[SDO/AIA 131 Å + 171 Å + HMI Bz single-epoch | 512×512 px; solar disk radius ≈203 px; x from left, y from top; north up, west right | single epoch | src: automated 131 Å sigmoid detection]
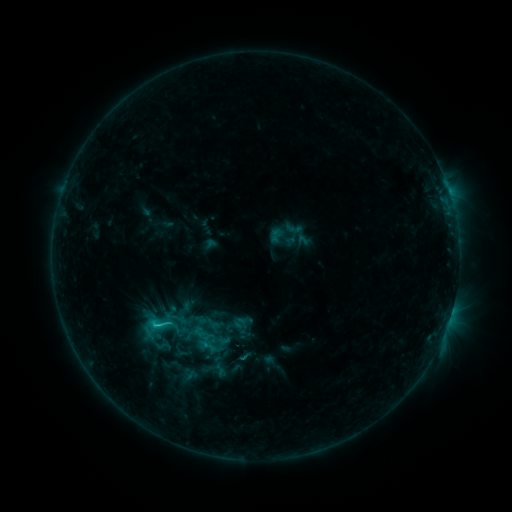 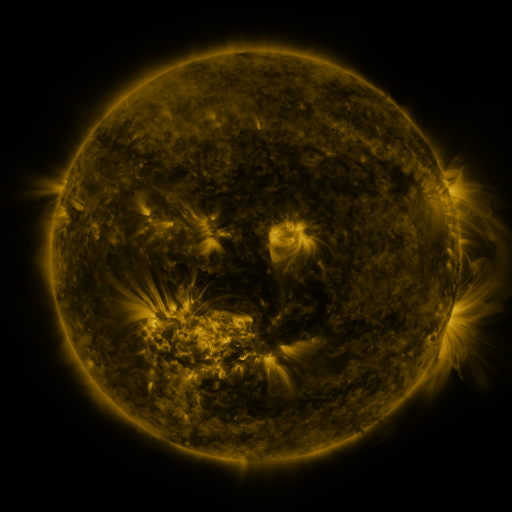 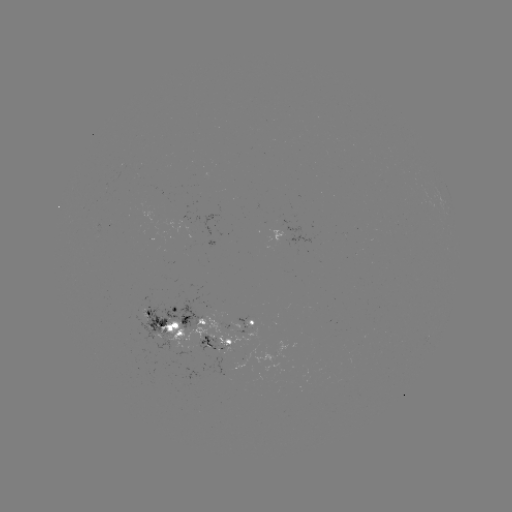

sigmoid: <bbox>145, 311, 175, 337</bbox>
